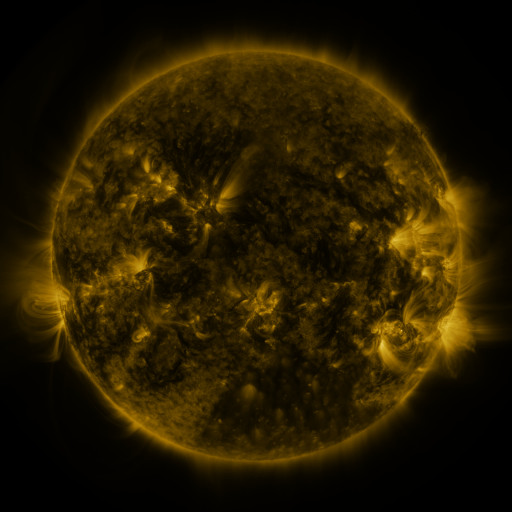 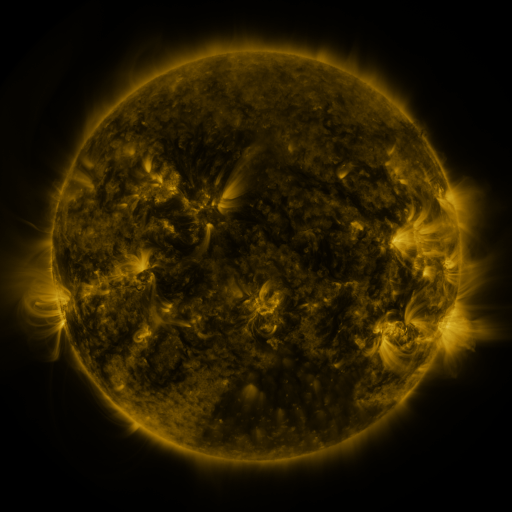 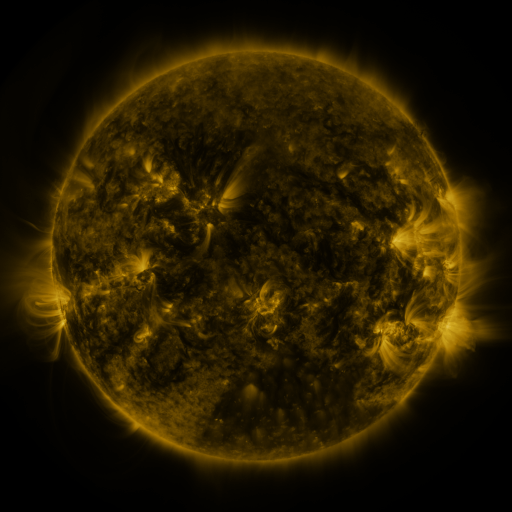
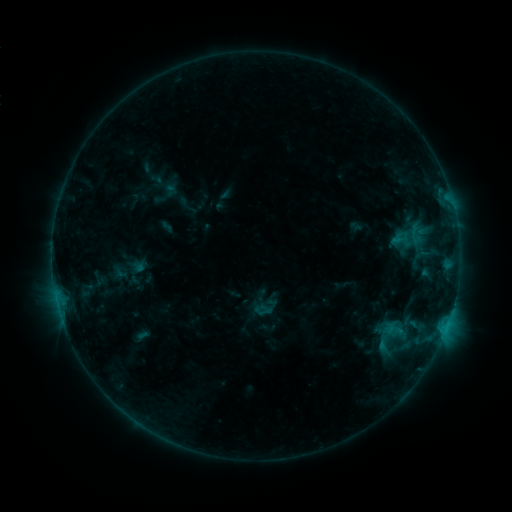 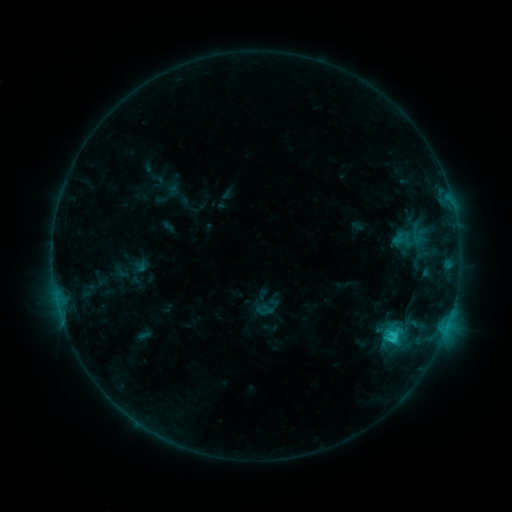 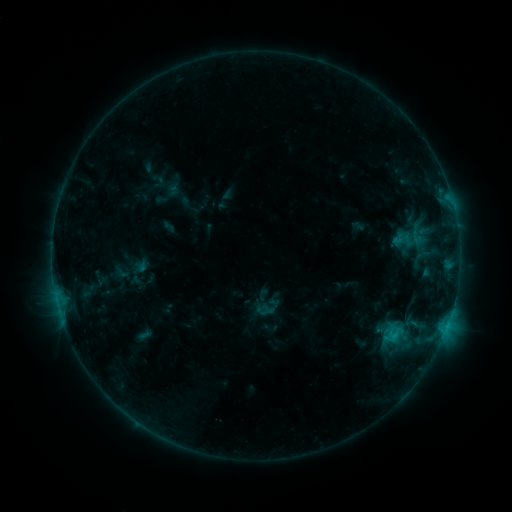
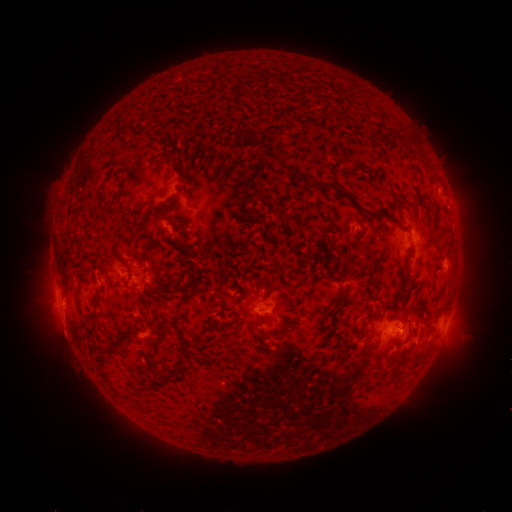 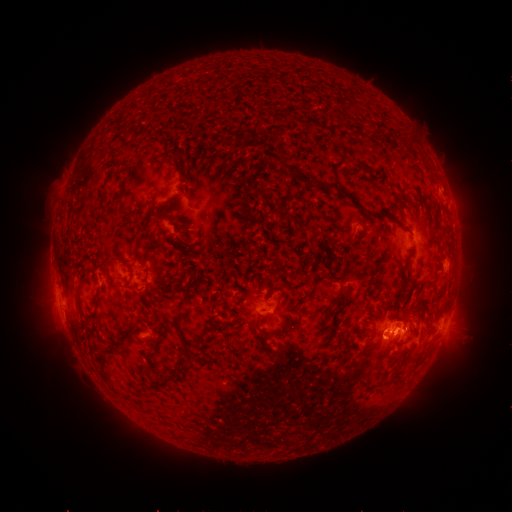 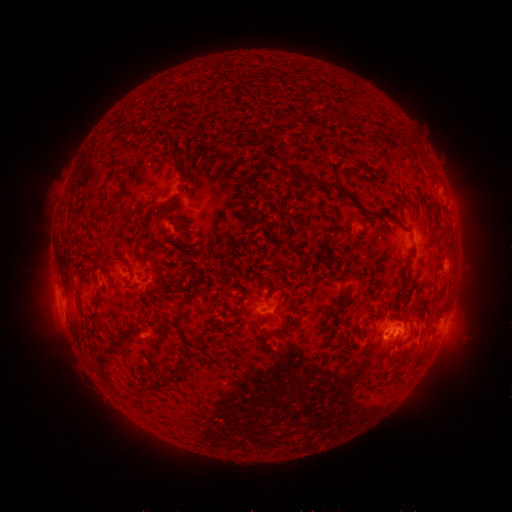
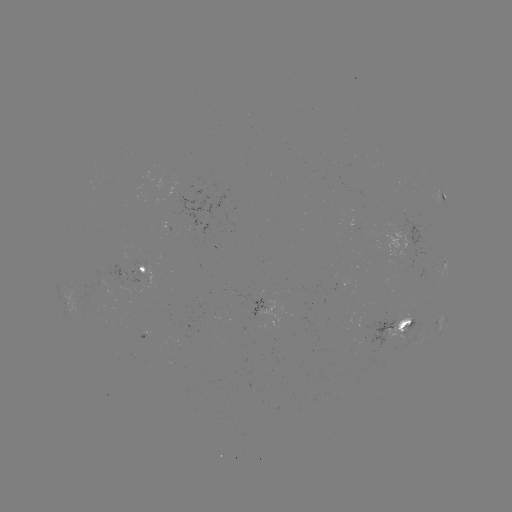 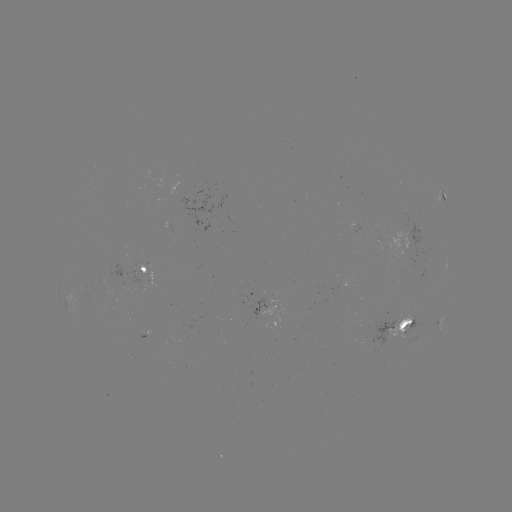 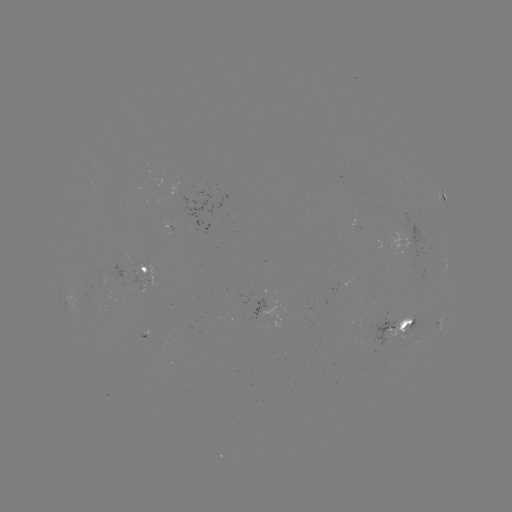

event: flare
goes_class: C2.1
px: (392, 339)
